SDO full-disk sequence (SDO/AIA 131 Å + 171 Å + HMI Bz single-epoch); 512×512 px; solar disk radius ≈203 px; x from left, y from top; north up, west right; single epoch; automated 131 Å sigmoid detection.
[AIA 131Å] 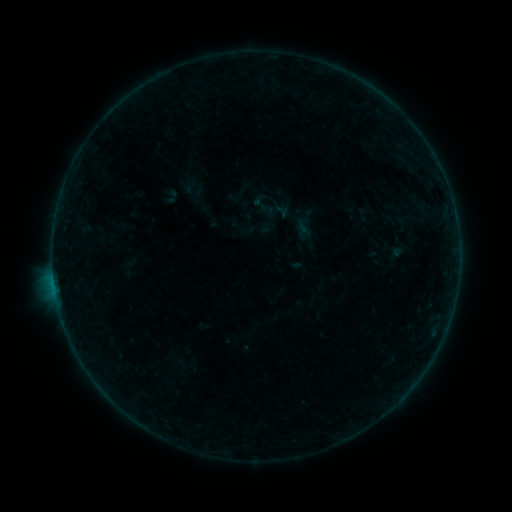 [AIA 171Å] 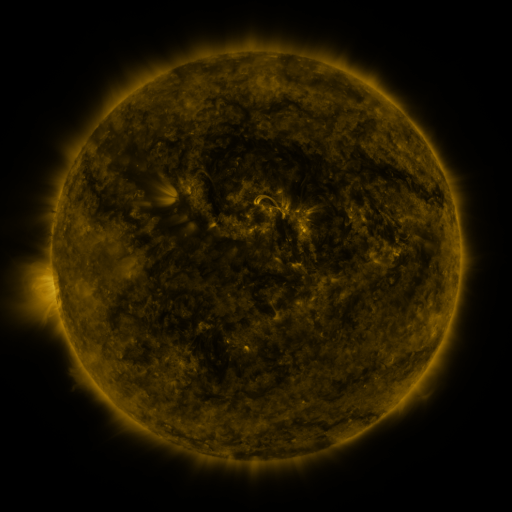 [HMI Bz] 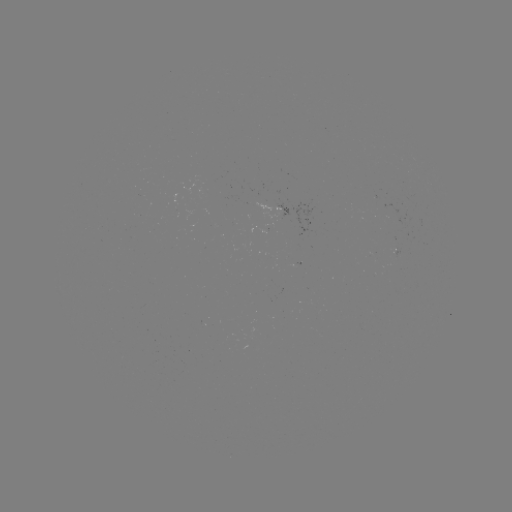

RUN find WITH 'sigmoid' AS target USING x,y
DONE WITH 363,215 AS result